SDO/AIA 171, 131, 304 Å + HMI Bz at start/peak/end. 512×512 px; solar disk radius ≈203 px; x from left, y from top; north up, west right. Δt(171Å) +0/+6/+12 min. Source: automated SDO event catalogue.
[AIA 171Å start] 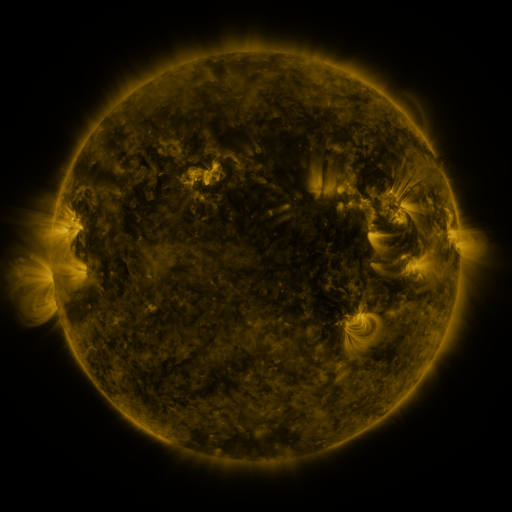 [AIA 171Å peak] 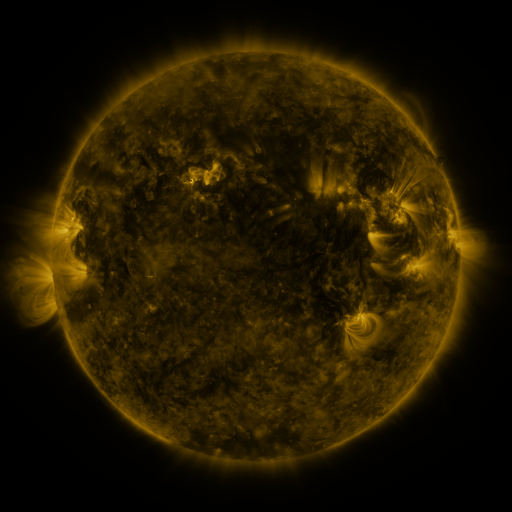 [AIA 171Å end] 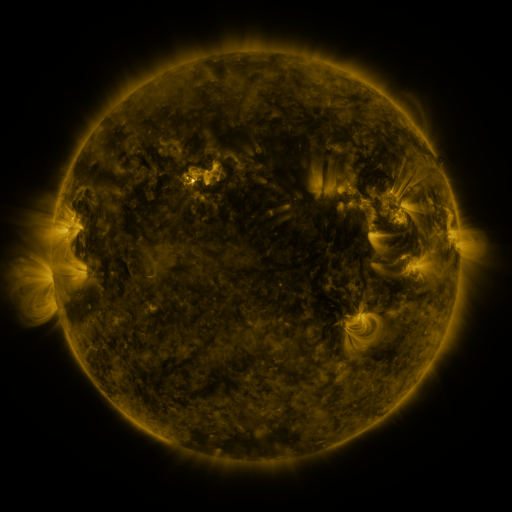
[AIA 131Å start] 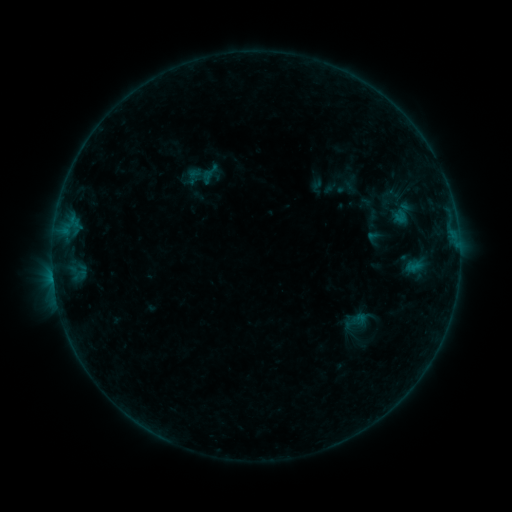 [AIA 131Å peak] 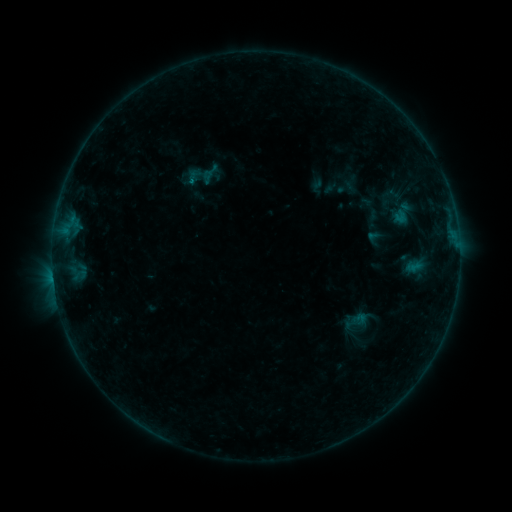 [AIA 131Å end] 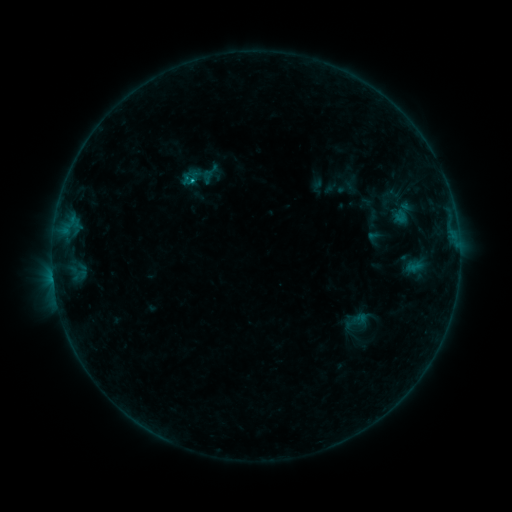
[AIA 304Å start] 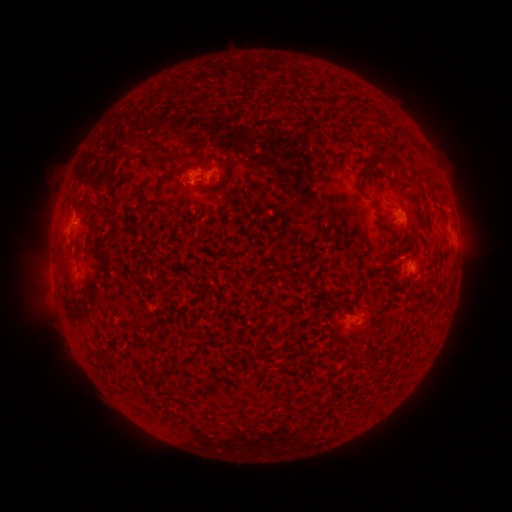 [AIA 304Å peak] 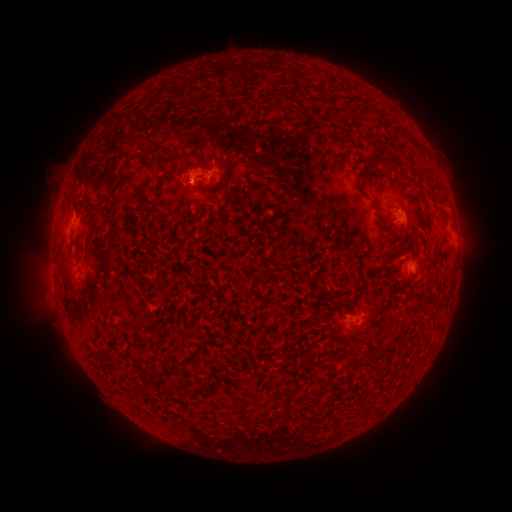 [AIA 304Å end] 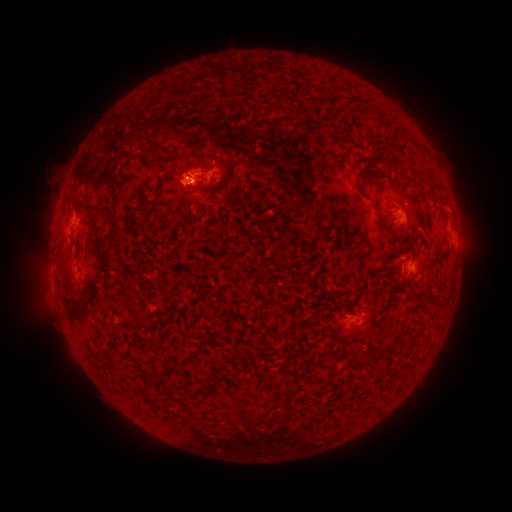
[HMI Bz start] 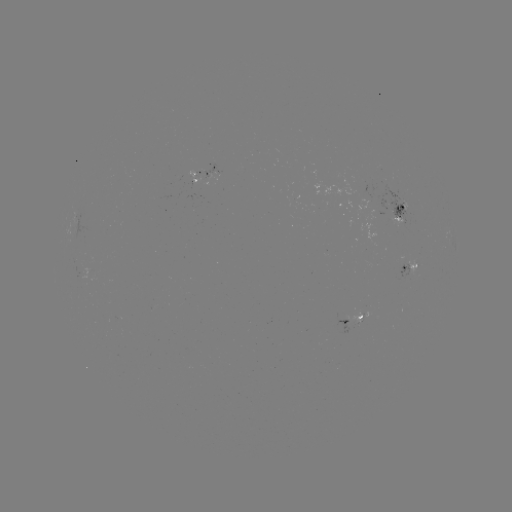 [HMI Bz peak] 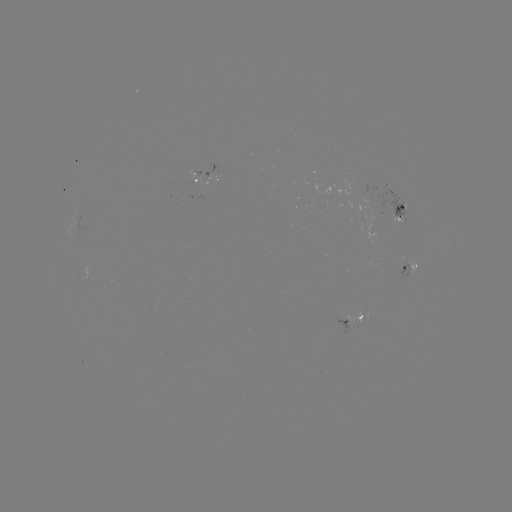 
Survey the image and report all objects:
B7.4 flare: (192, 184)
